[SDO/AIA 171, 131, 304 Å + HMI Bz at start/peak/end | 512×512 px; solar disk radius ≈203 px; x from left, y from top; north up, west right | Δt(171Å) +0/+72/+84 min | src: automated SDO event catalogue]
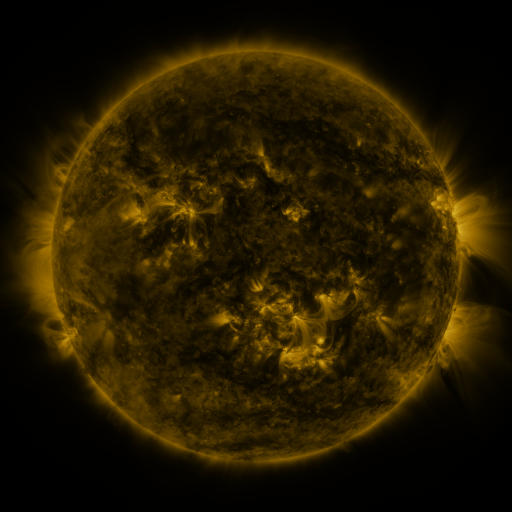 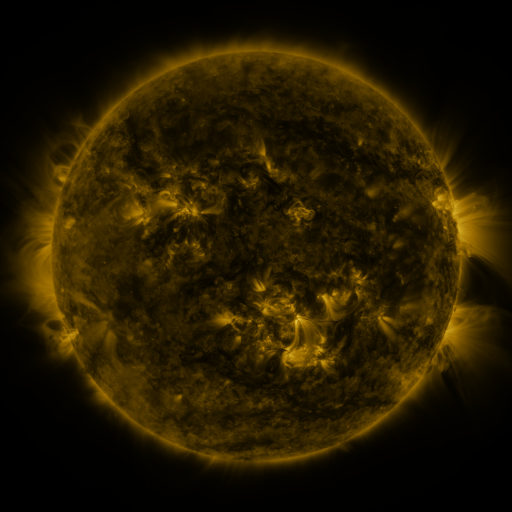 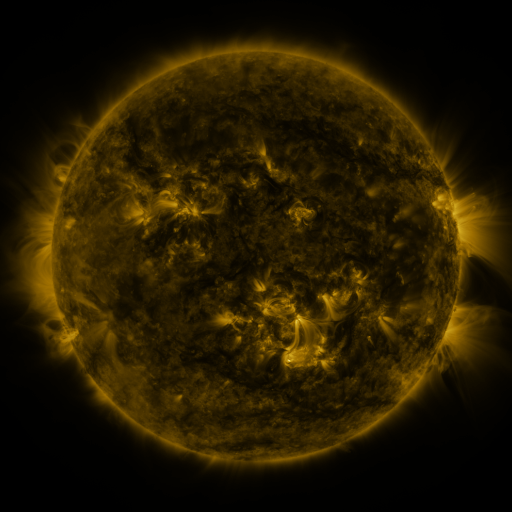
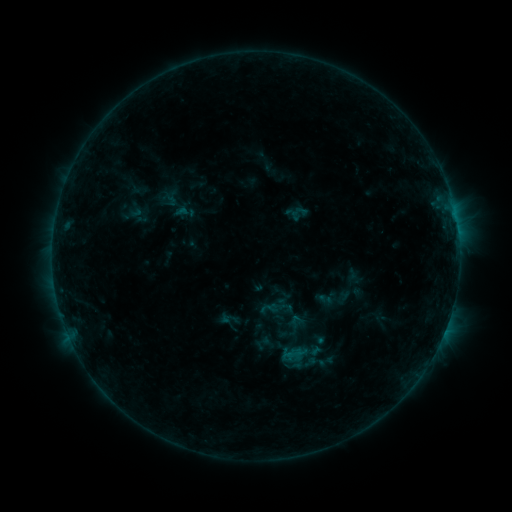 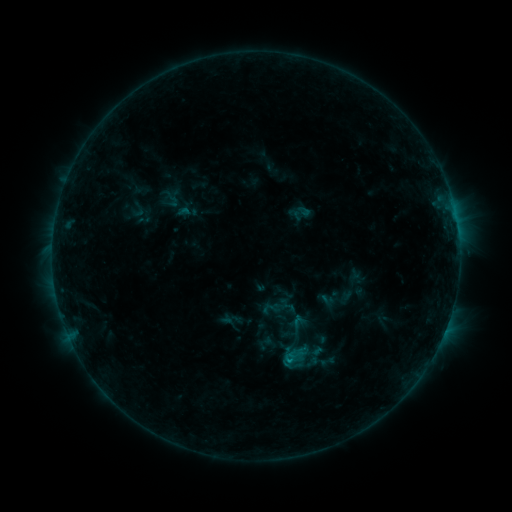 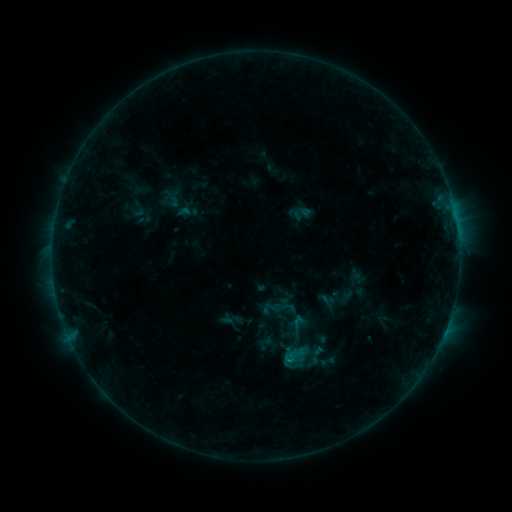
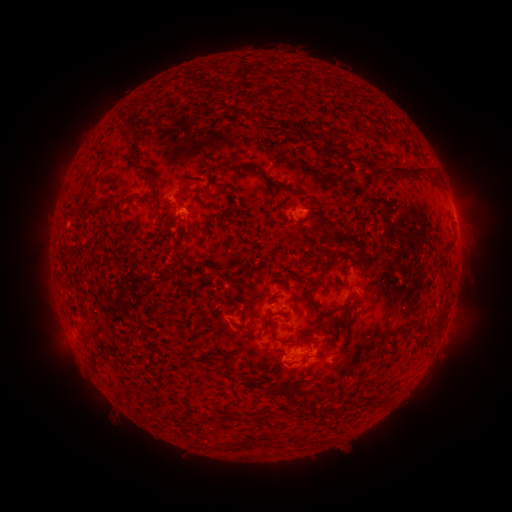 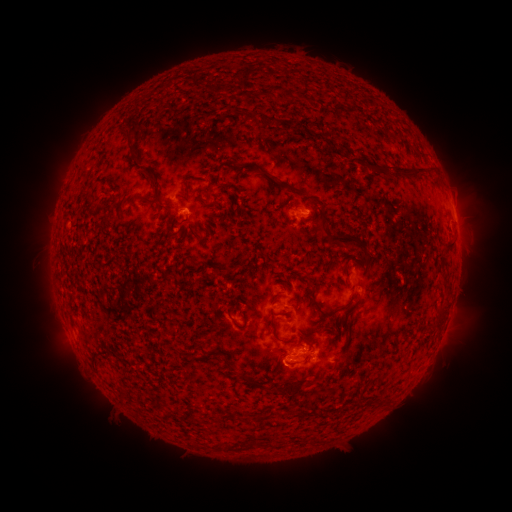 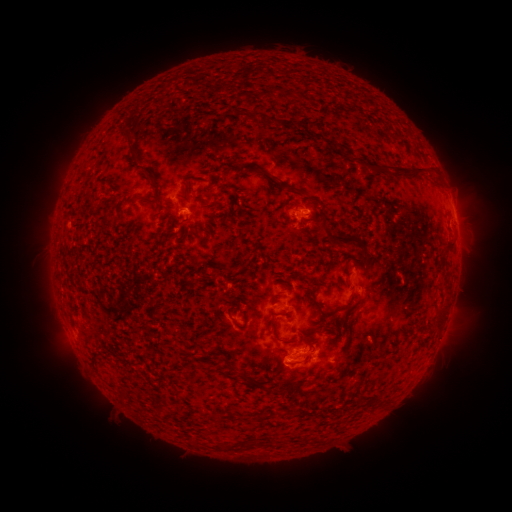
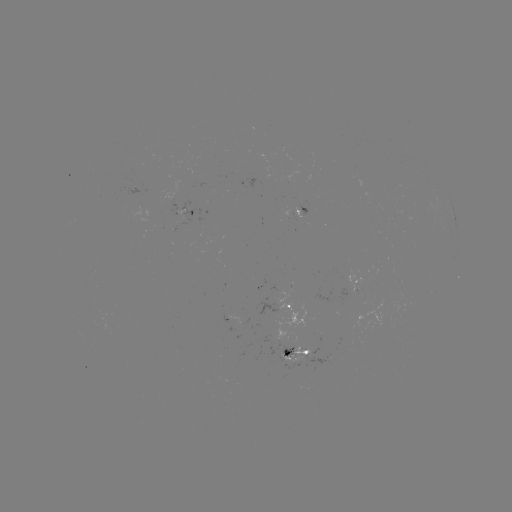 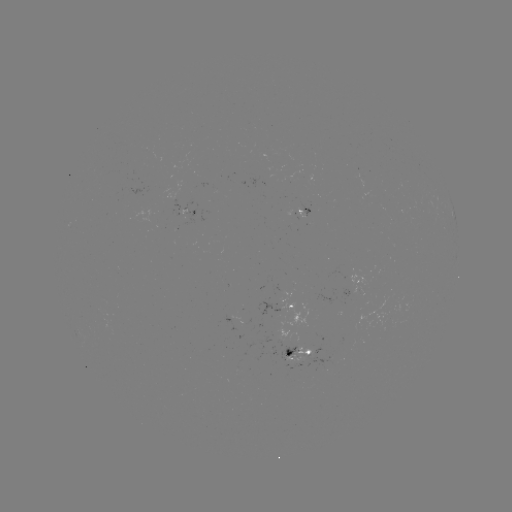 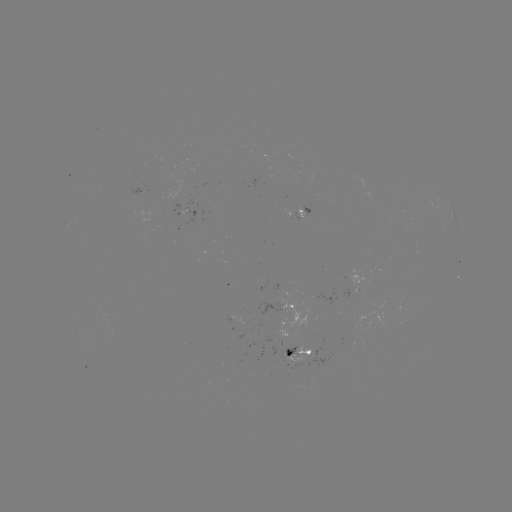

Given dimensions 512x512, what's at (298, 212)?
emerging-flux region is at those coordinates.